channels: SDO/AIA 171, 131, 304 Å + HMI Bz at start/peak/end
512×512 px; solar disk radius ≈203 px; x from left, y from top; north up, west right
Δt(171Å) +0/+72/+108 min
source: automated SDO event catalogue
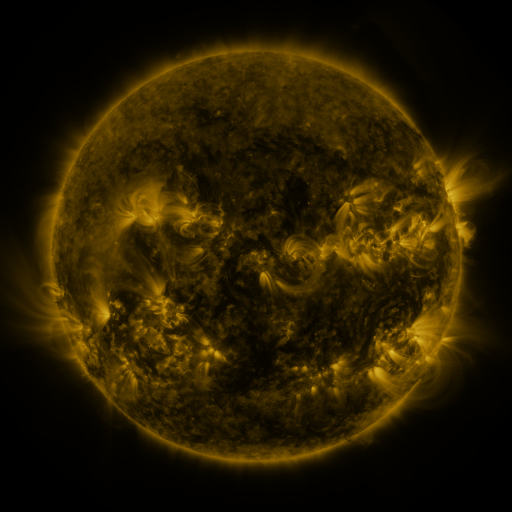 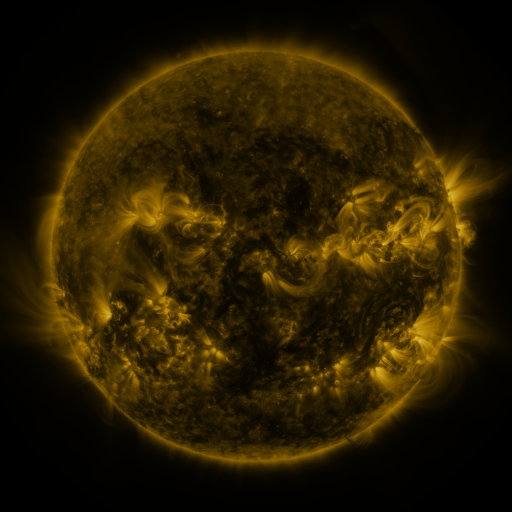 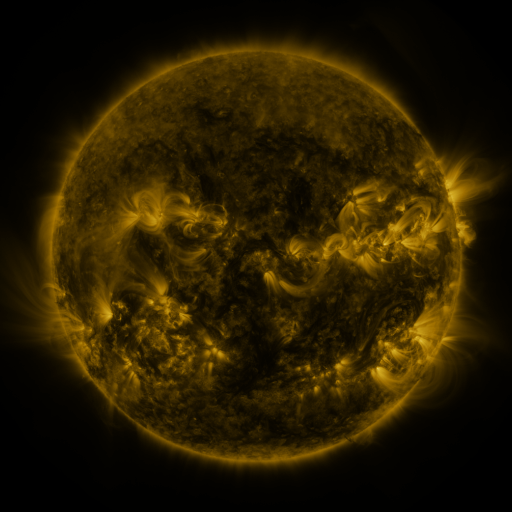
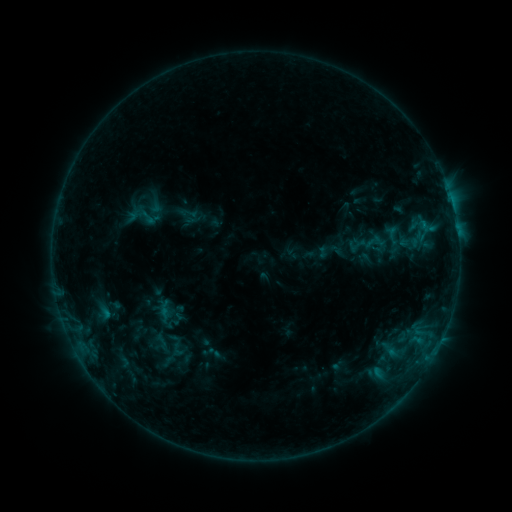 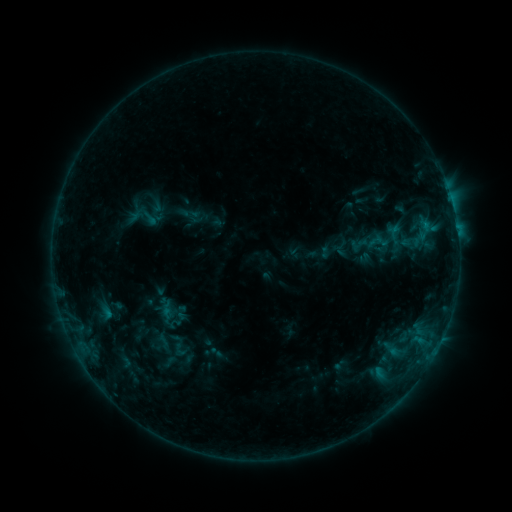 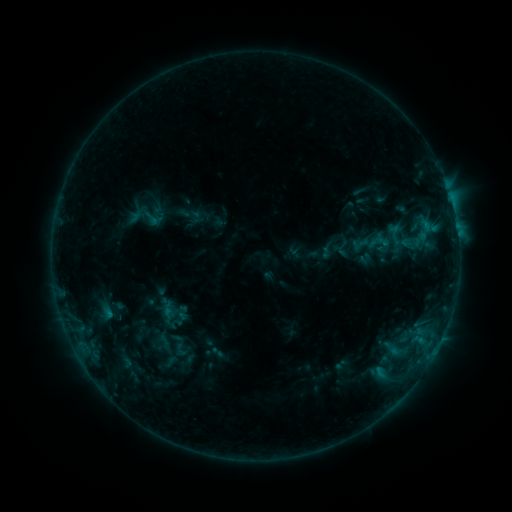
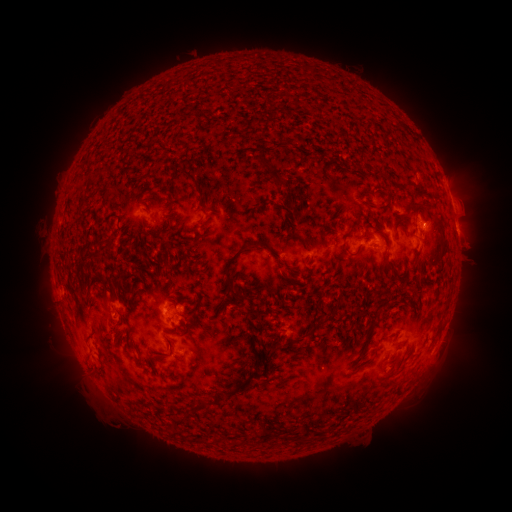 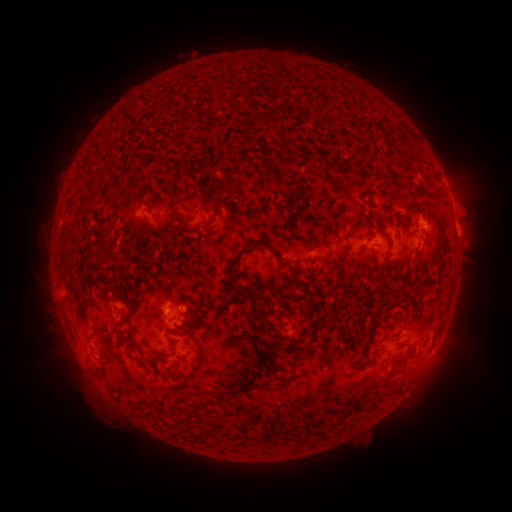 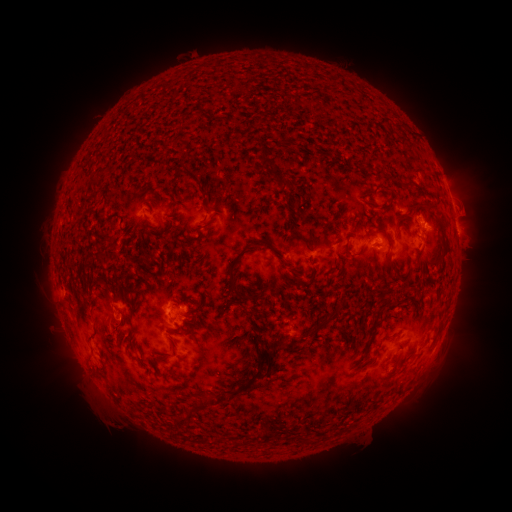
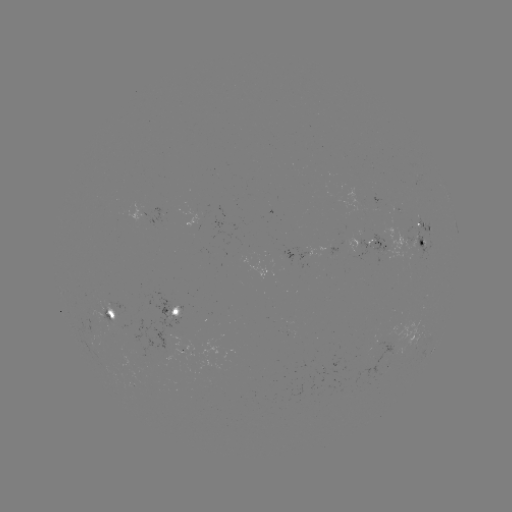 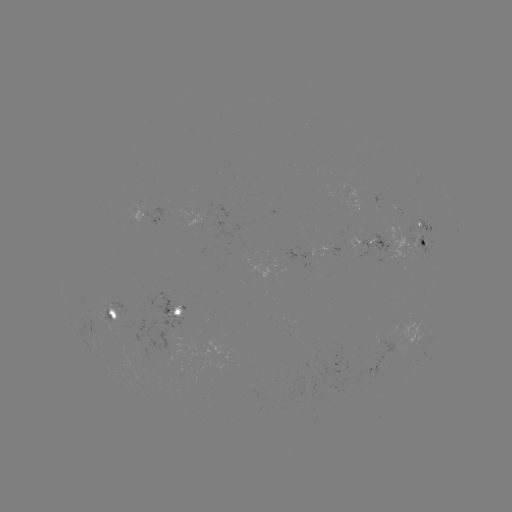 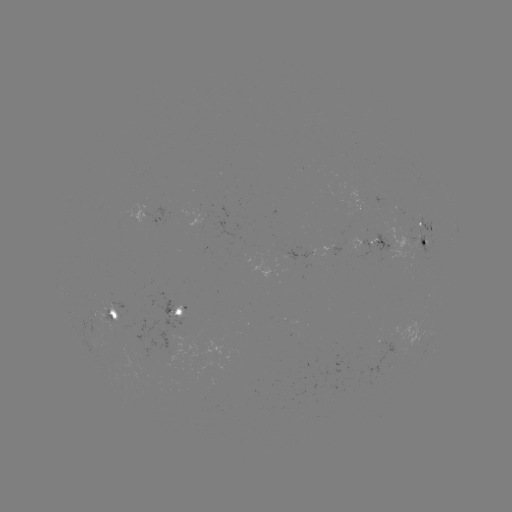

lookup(emerging-flux region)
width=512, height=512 (105, 314)